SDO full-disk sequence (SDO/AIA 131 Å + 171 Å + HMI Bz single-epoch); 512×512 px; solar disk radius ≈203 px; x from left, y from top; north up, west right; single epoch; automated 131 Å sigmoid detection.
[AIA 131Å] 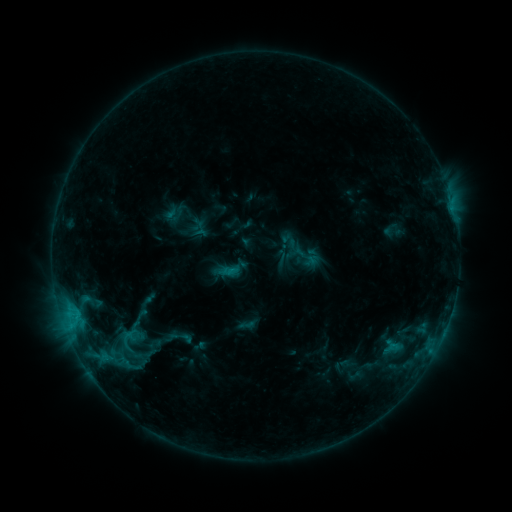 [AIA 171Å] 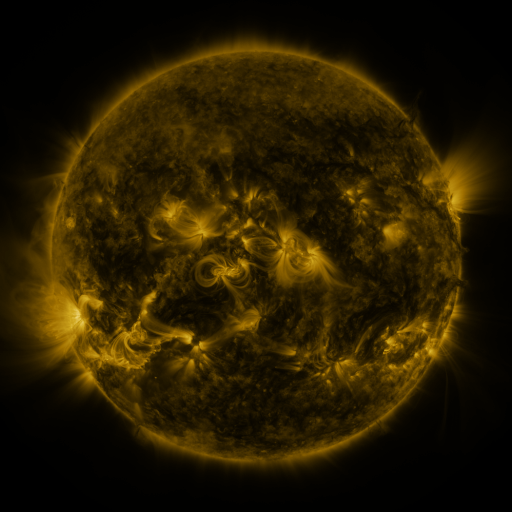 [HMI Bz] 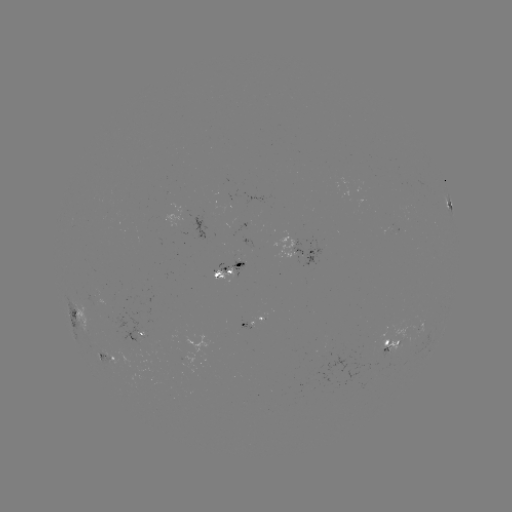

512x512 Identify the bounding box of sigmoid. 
[166, 324, 196, 350].